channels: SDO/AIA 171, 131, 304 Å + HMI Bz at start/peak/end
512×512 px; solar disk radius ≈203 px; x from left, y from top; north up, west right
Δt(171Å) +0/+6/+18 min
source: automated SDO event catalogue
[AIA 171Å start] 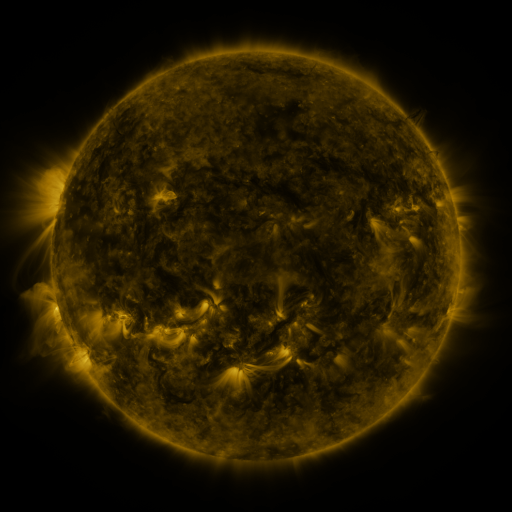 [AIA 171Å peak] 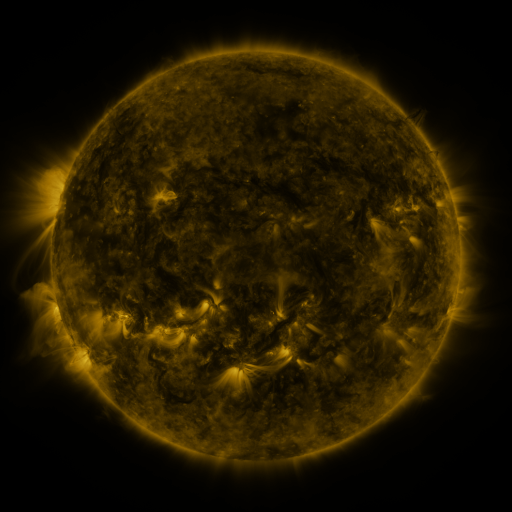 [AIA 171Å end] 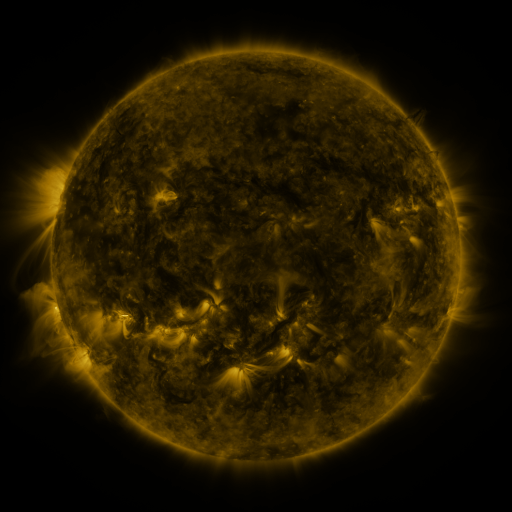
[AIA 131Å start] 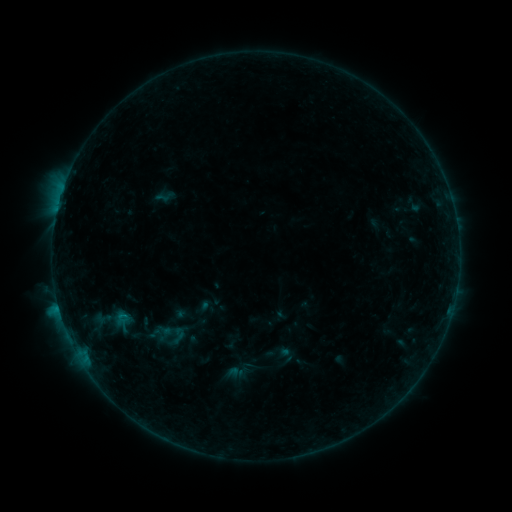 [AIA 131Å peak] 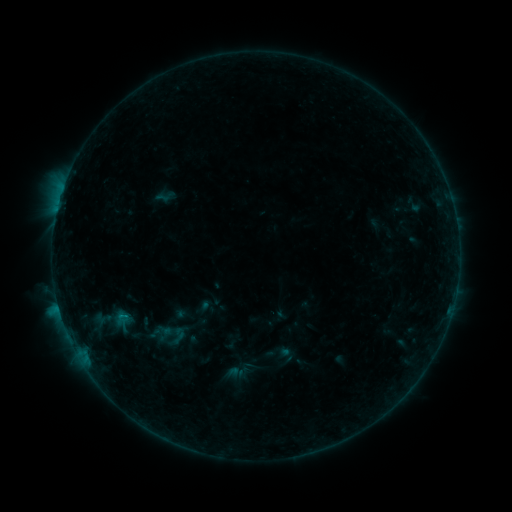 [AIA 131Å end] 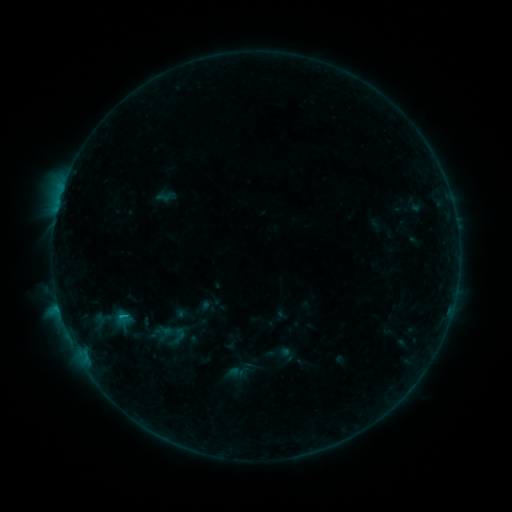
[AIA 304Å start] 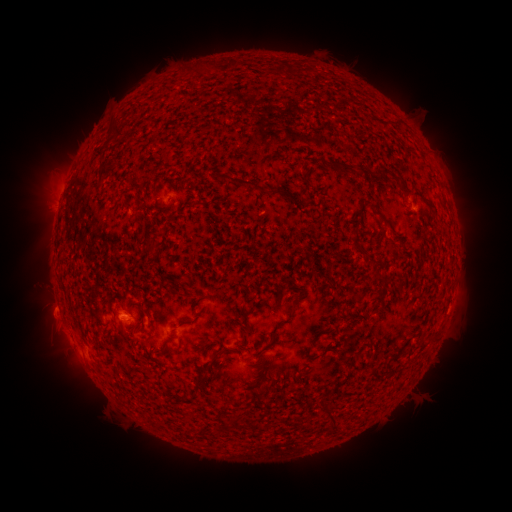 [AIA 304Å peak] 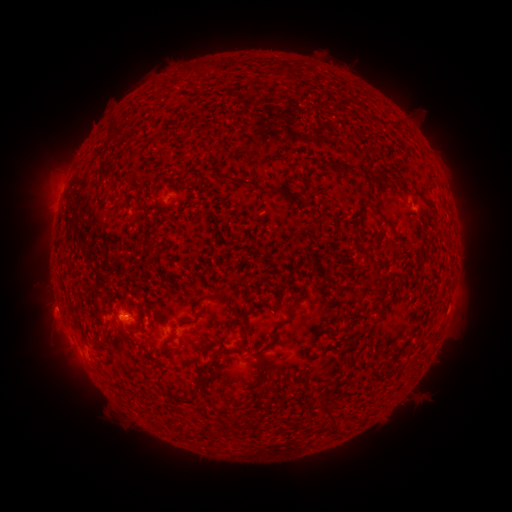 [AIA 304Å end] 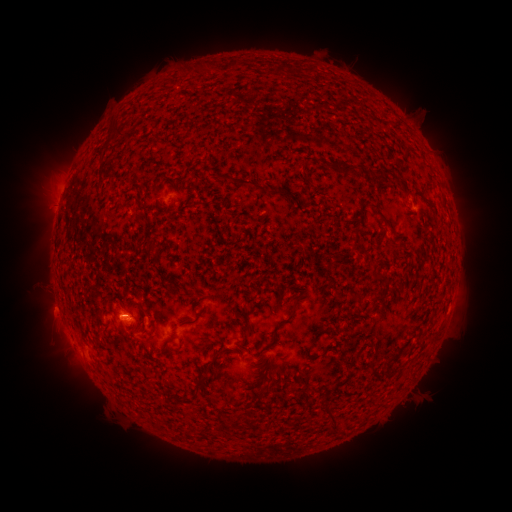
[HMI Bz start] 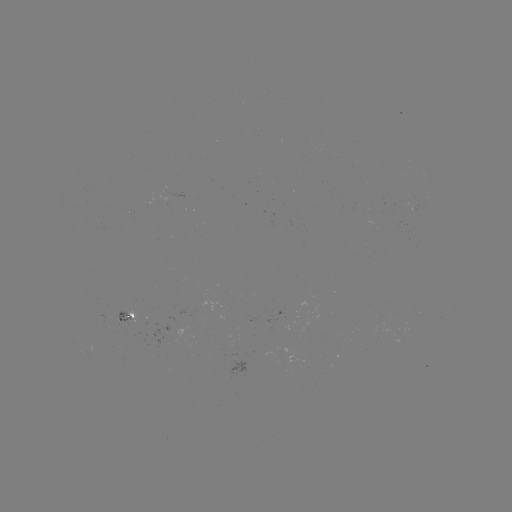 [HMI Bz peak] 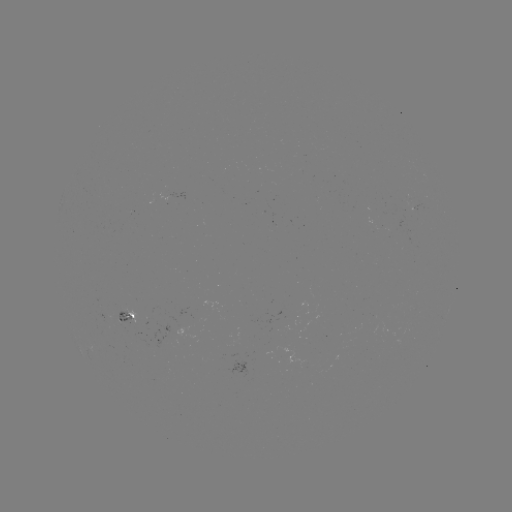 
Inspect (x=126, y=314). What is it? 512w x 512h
B7.5 flare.